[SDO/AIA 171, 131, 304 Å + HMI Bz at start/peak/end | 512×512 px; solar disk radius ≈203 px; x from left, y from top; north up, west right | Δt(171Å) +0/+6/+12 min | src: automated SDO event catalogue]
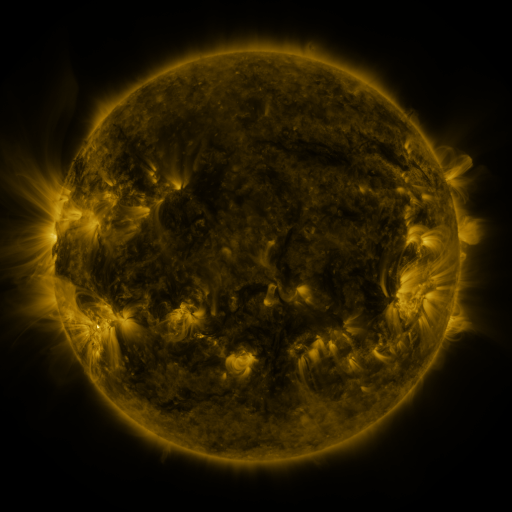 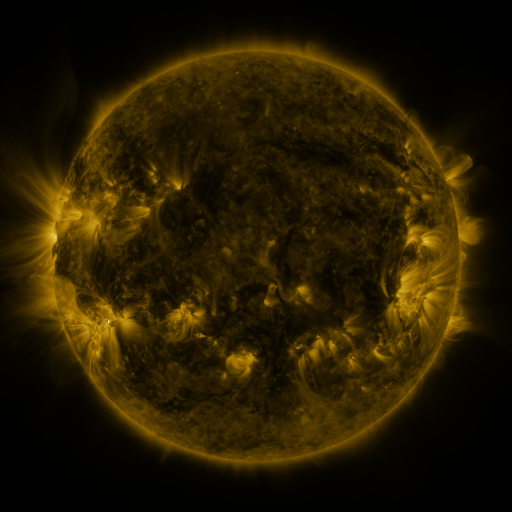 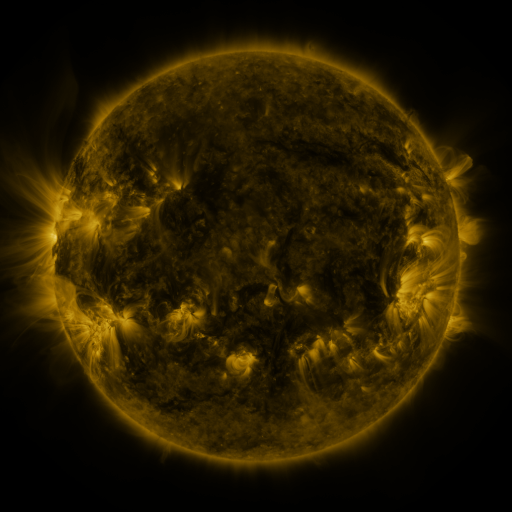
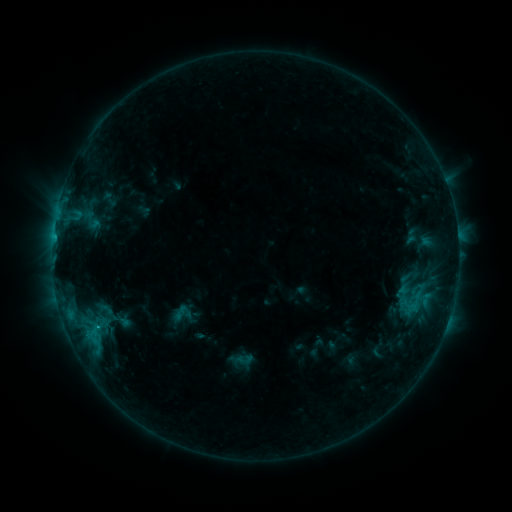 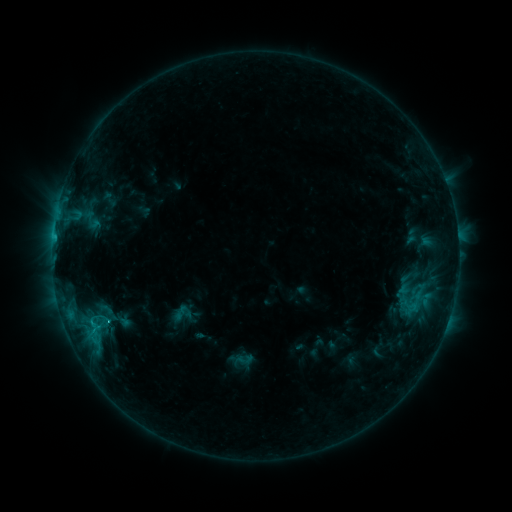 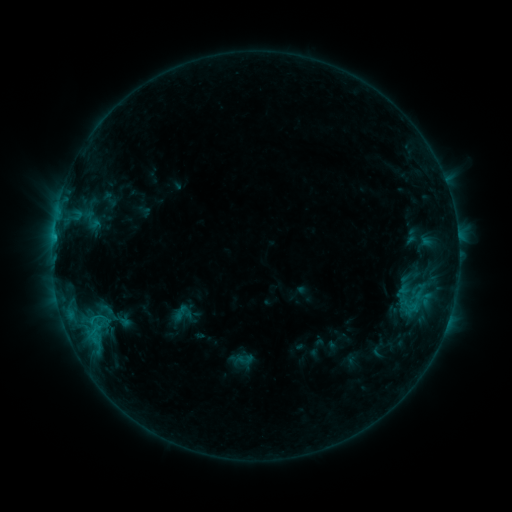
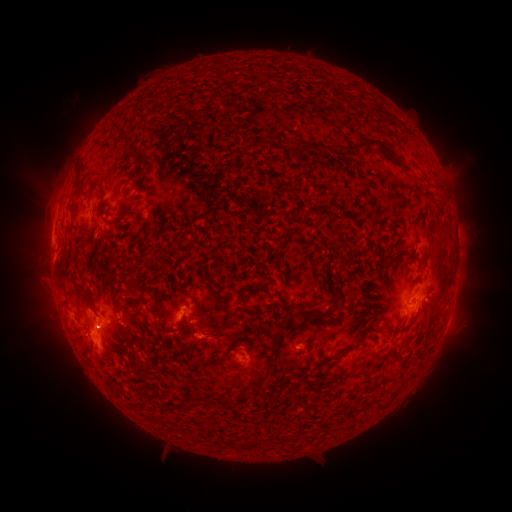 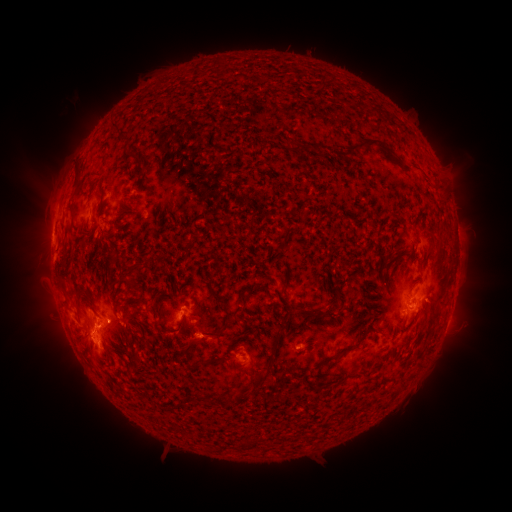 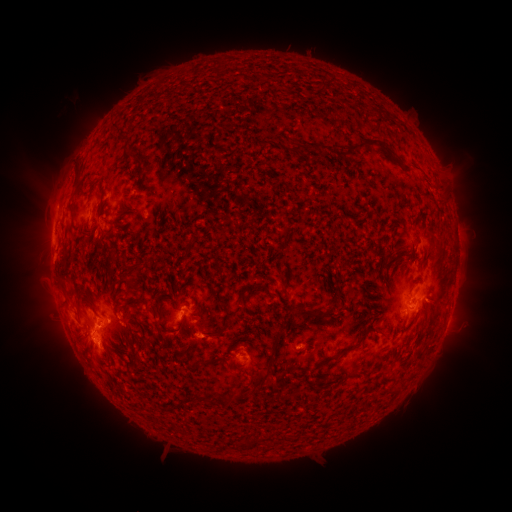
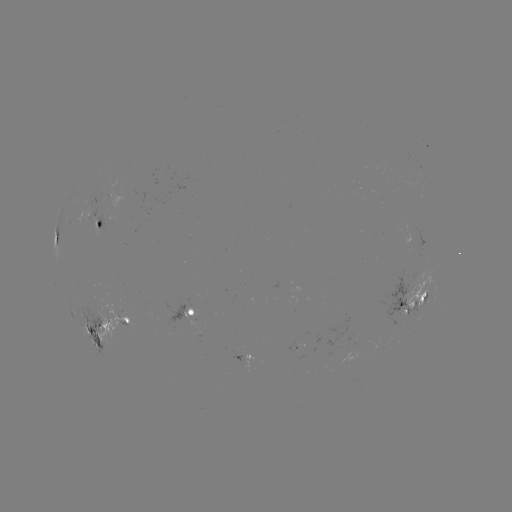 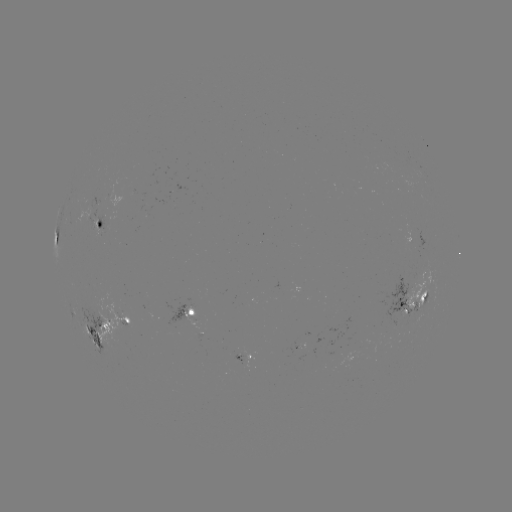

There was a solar flare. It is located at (110, 319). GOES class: C1.3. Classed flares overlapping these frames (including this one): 1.